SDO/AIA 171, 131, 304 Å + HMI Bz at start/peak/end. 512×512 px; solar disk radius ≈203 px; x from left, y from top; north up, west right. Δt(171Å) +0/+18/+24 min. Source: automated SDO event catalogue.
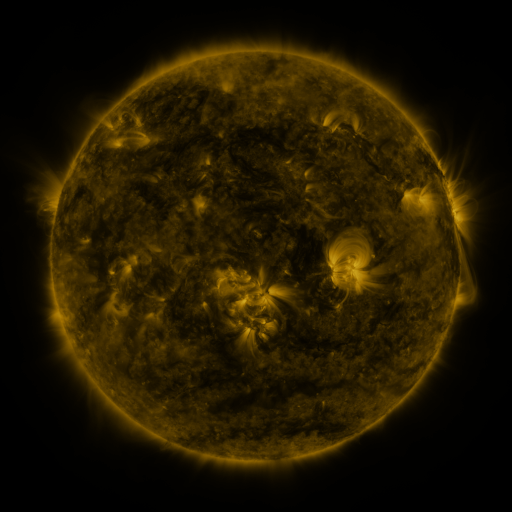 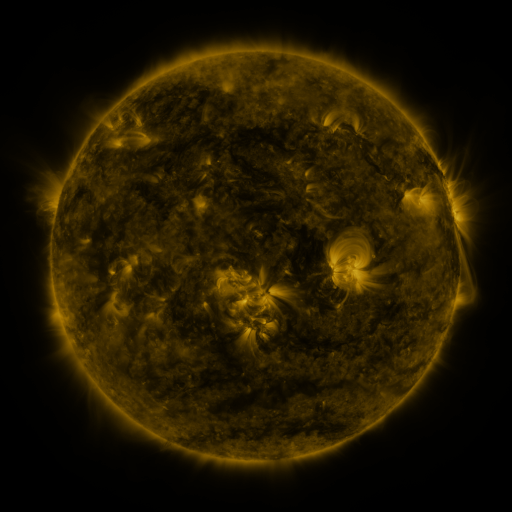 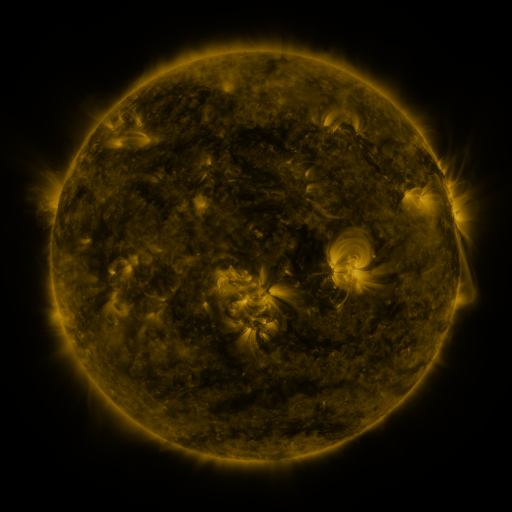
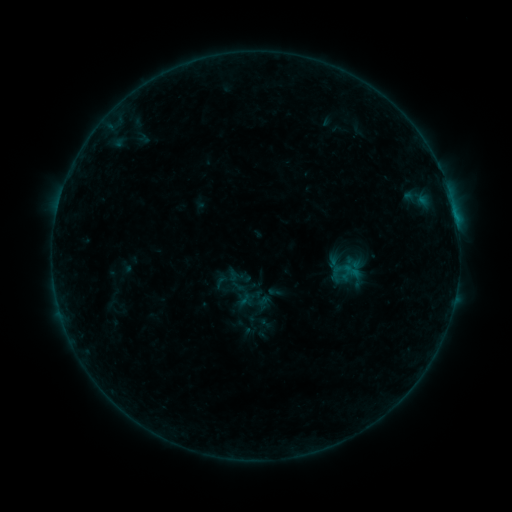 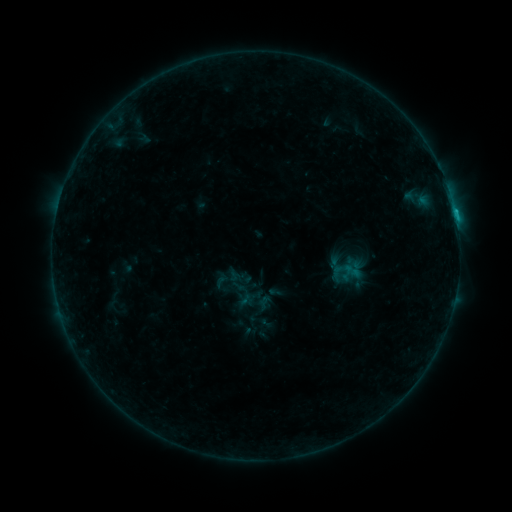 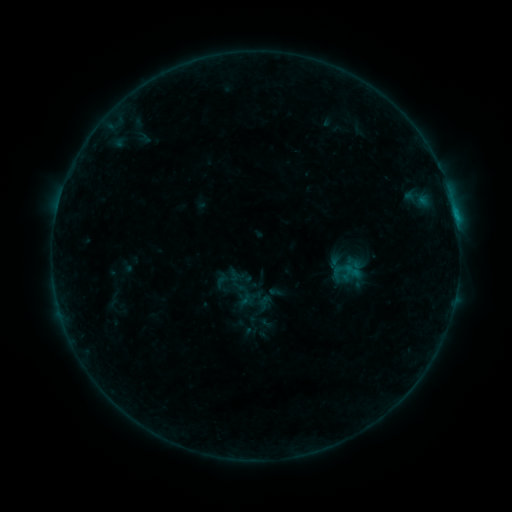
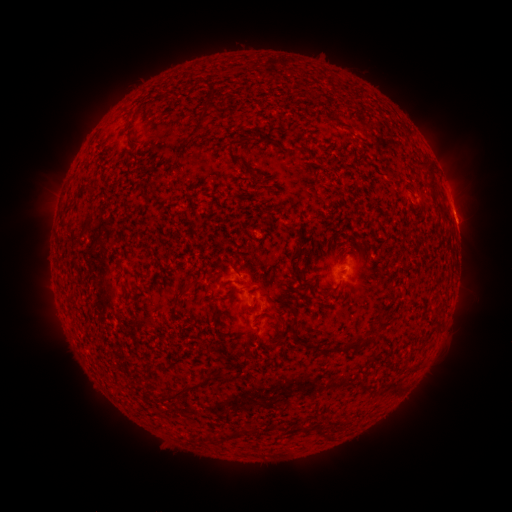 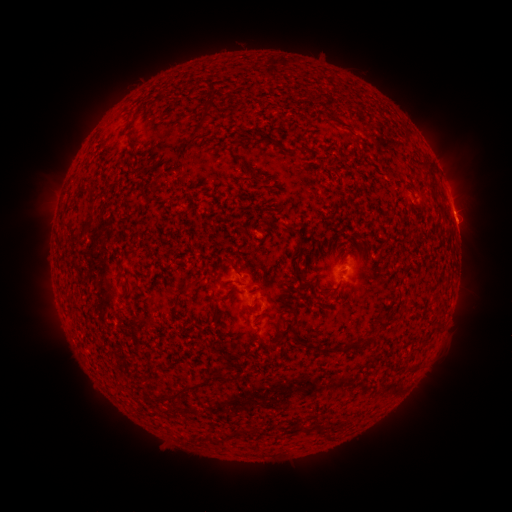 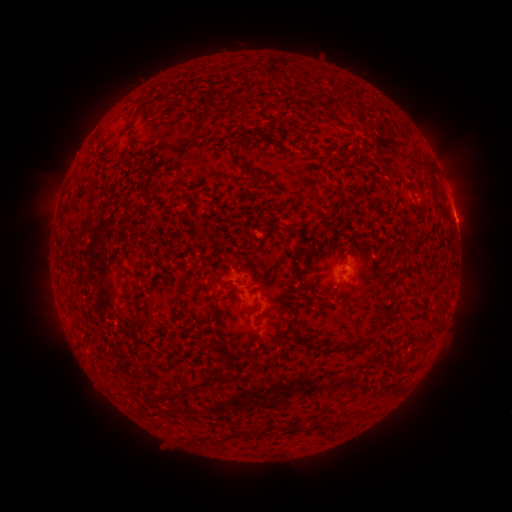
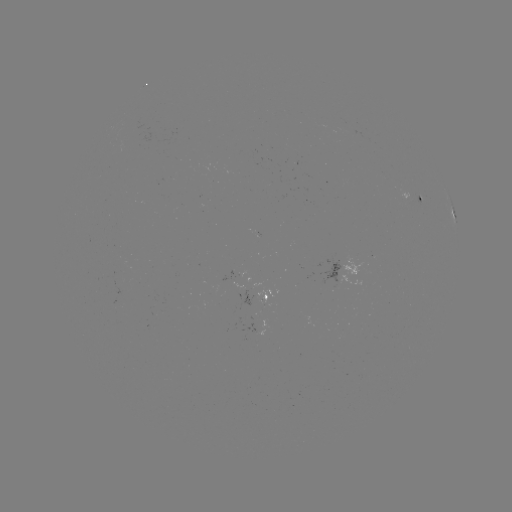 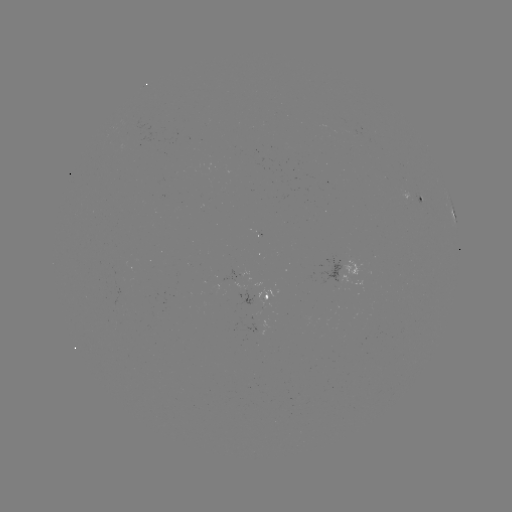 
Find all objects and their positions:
B8.0 flare: (454, 213)
